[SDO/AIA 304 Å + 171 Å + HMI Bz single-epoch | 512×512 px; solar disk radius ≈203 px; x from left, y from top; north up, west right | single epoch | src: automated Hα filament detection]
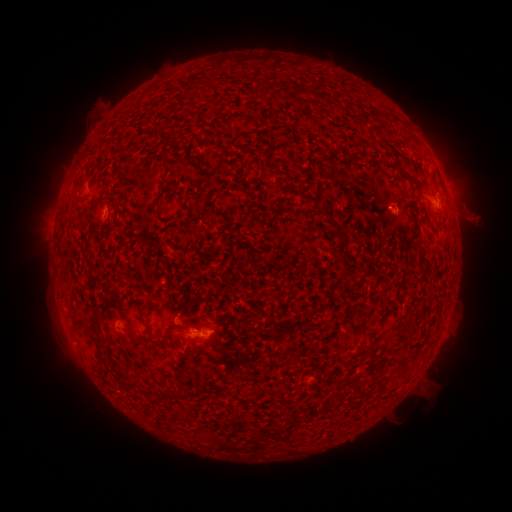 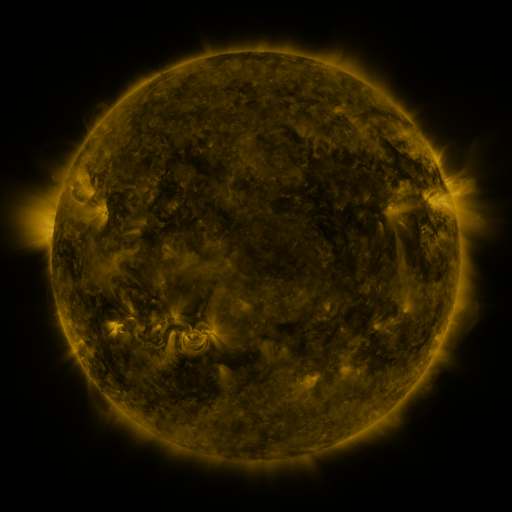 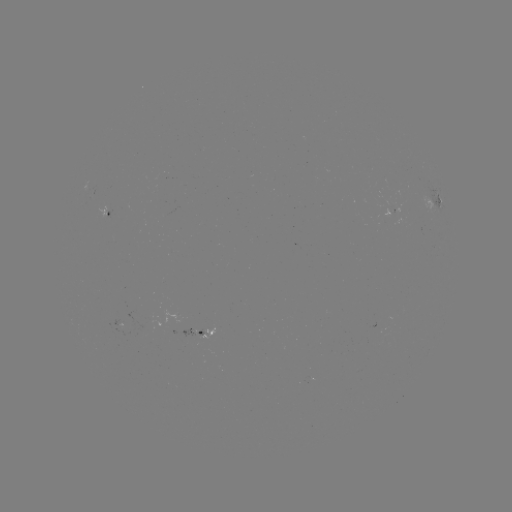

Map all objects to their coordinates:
filament: [259, 82, 271, 93]
filament: [186, 154, 206, 166]
filament: [399, 169, 411, 181]
filament: [319, 202, 332, 215]
filament: [334, 223, 351, 281]
filament: [417, 245, 430, 266]
filament: [91, 302, 106, 360]
filament: [144, 322, 152, 334]
filament: [149, 327, 173, 348]
filament: [185, 337, 196, 343]
